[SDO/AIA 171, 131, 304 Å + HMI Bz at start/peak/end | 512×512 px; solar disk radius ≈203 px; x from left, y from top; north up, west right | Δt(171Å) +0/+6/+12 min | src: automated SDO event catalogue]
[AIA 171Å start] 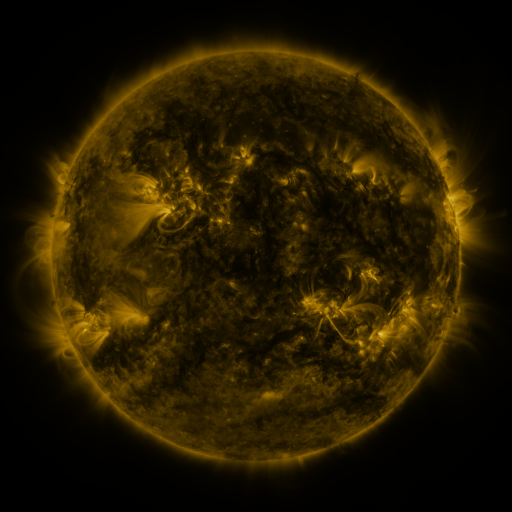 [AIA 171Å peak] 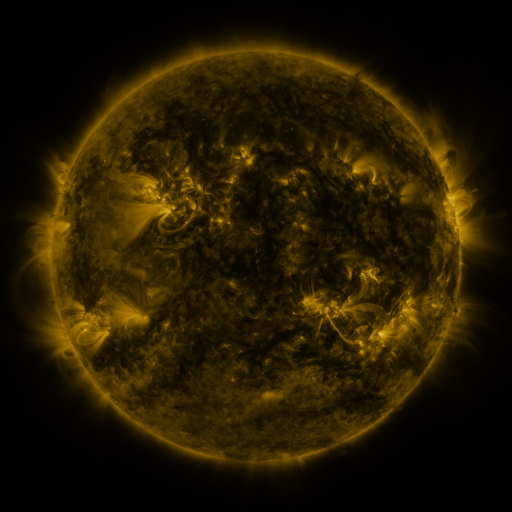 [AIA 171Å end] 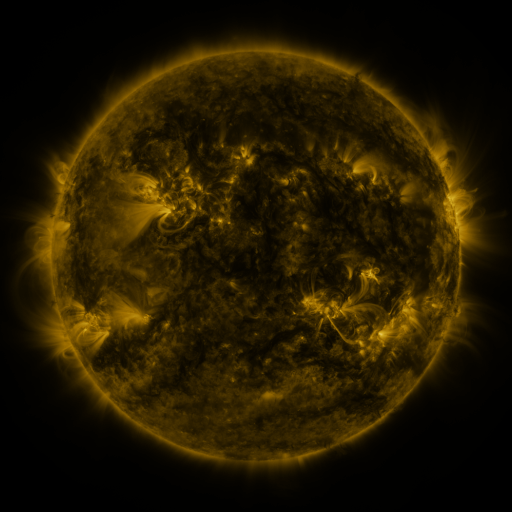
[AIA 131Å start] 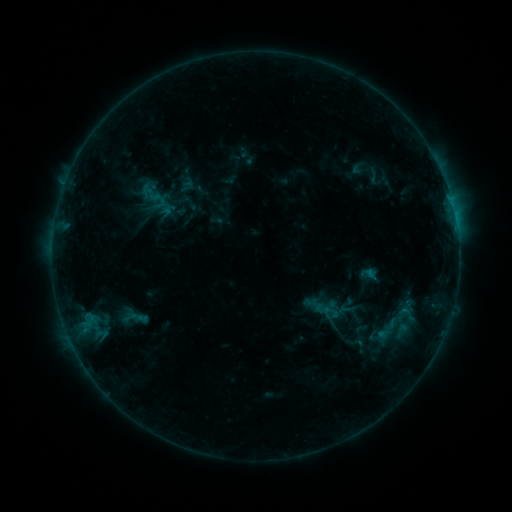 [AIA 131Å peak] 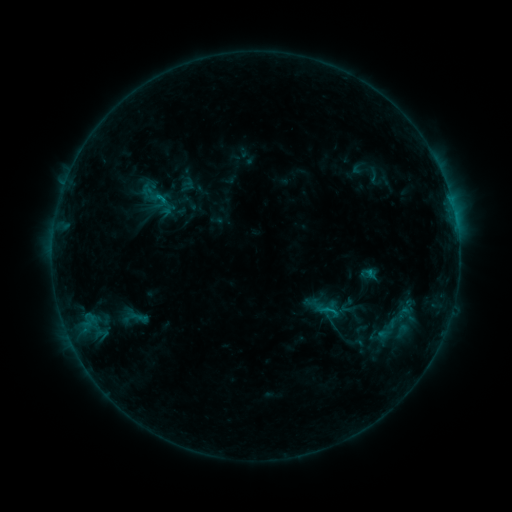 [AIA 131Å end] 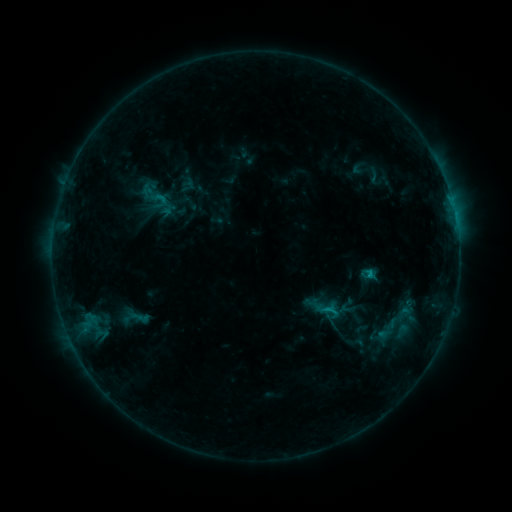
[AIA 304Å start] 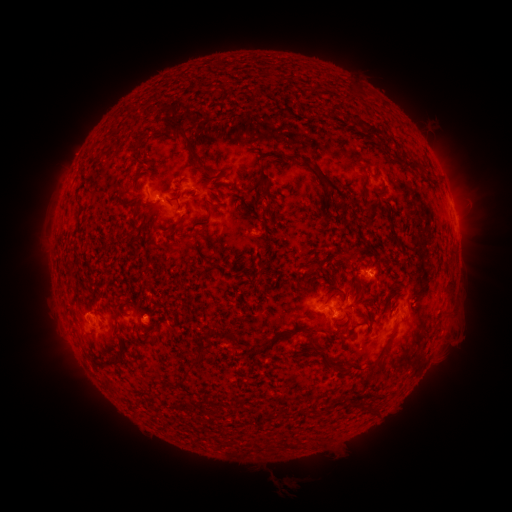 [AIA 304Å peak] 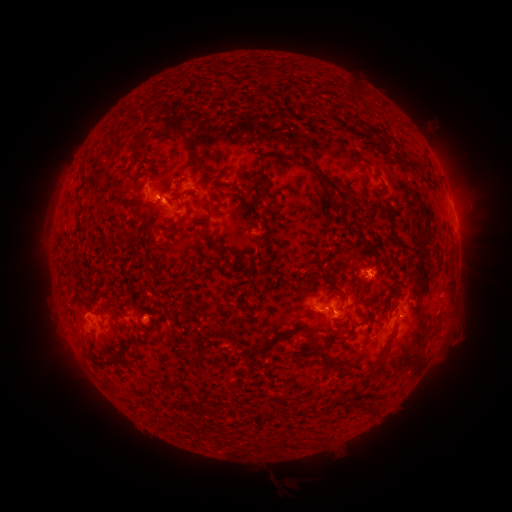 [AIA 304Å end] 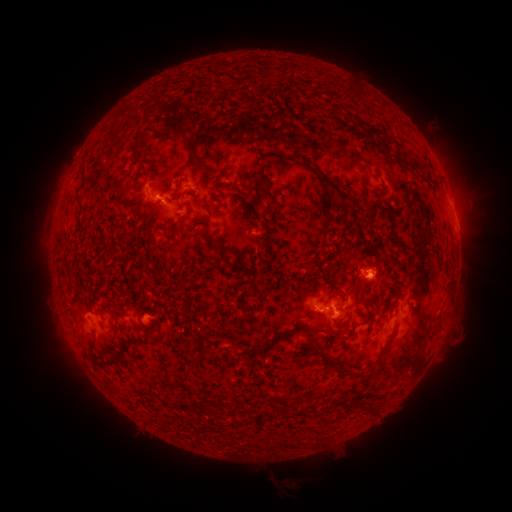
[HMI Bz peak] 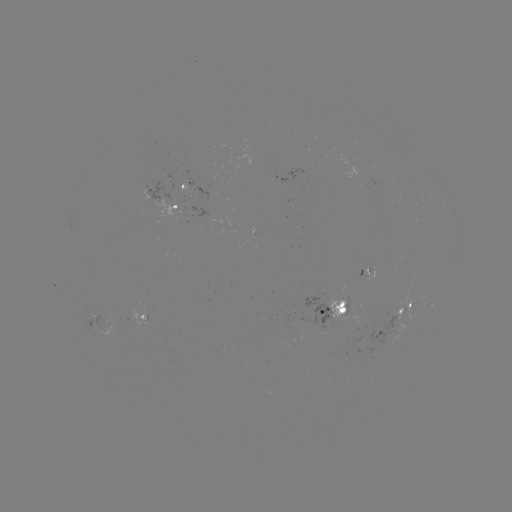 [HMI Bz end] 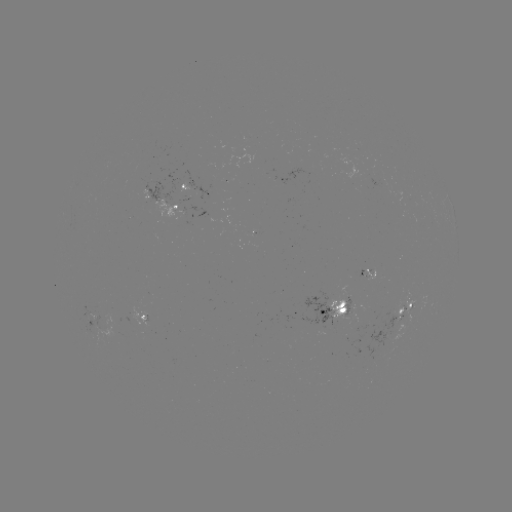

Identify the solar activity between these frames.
C1.2 flare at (162, 199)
